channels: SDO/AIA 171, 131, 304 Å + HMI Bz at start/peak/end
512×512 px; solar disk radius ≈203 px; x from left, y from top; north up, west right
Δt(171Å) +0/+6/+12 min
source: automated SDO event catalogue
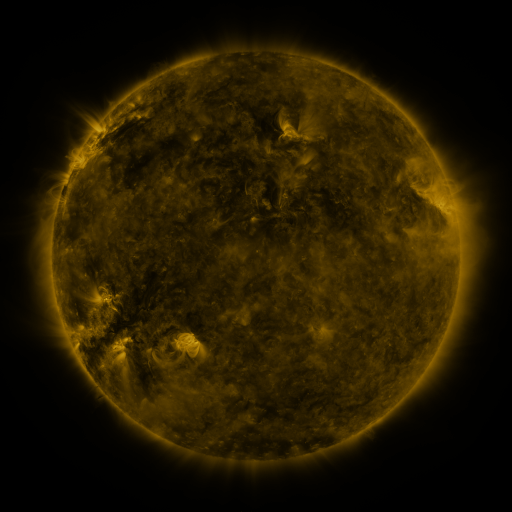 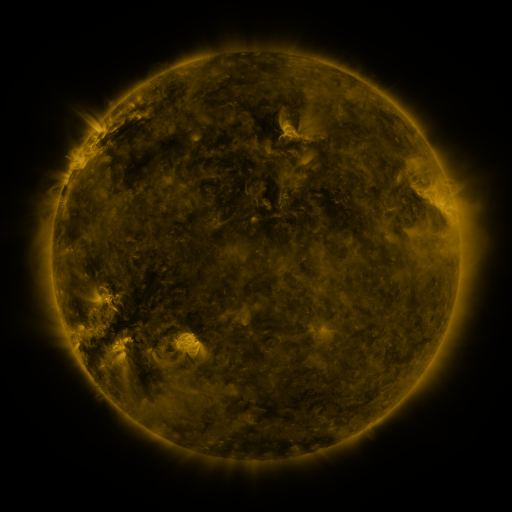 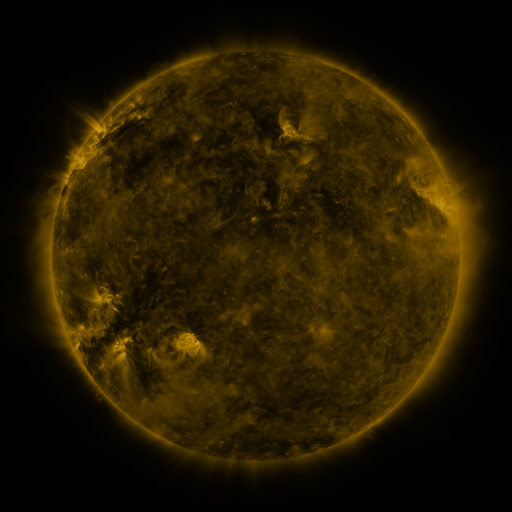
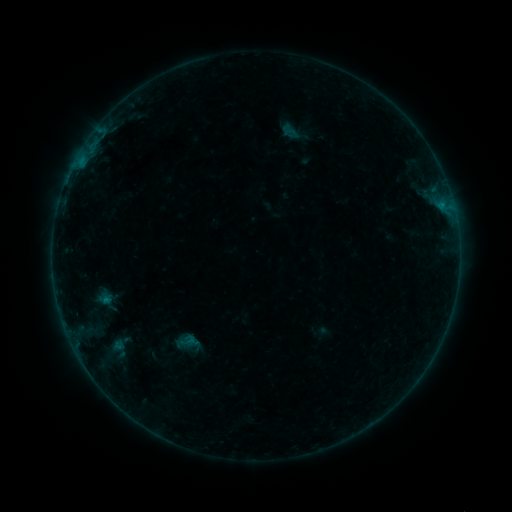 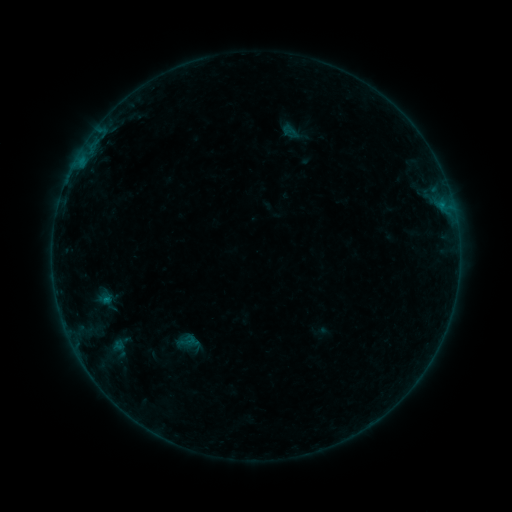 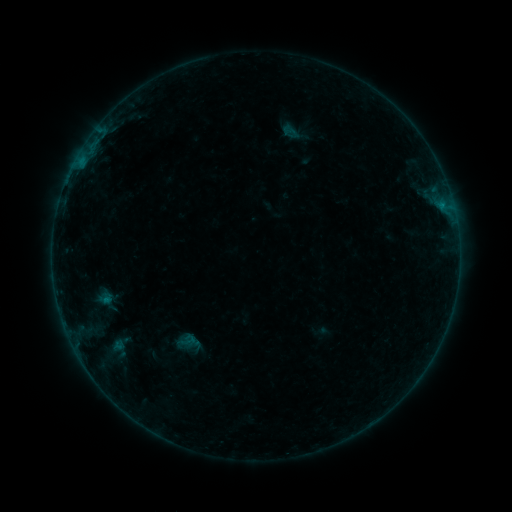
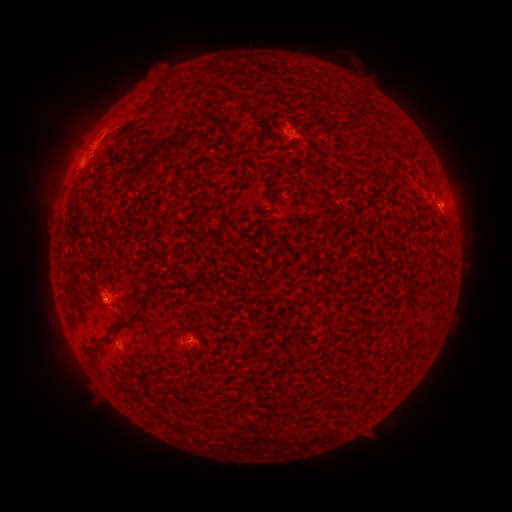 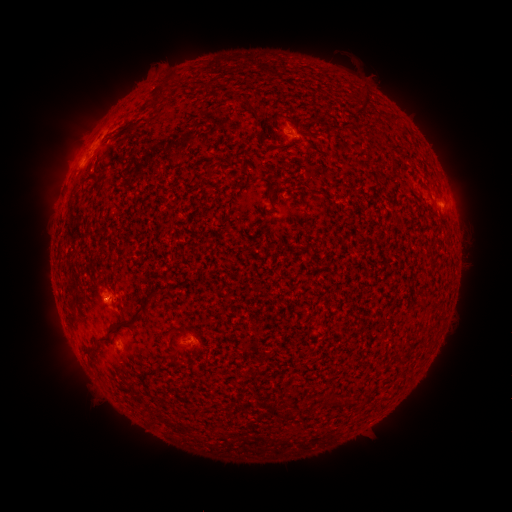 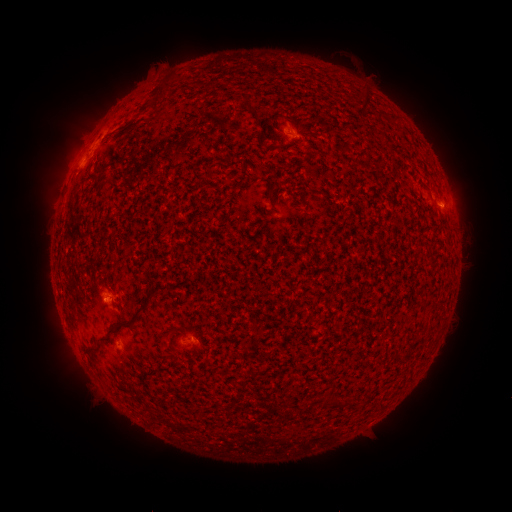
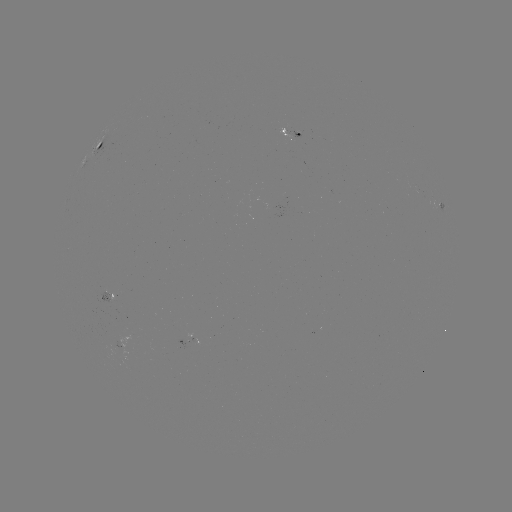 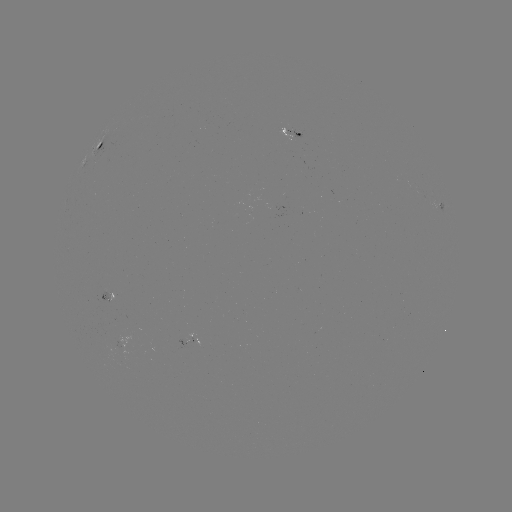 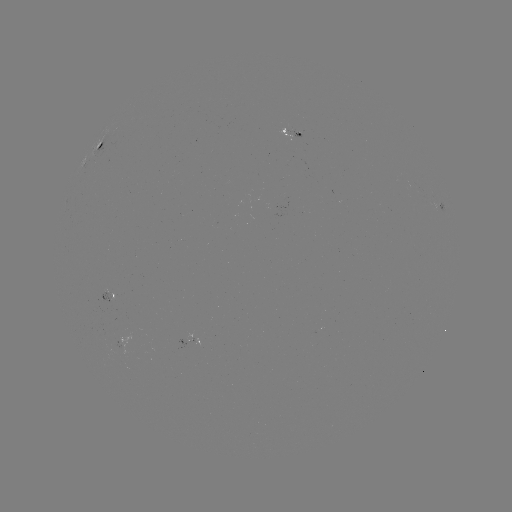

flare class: B2.3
